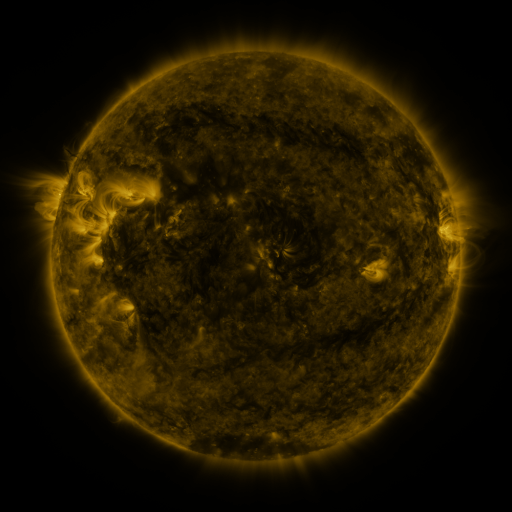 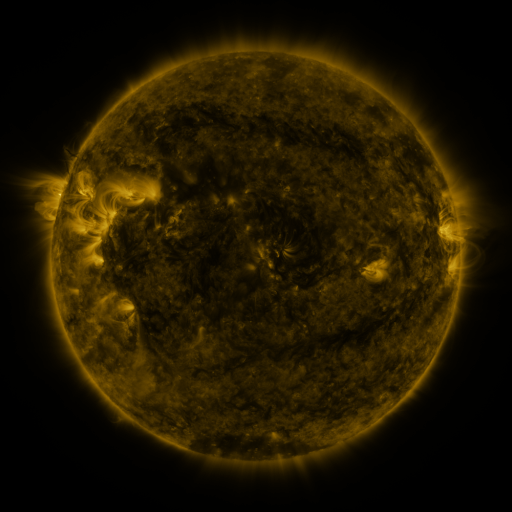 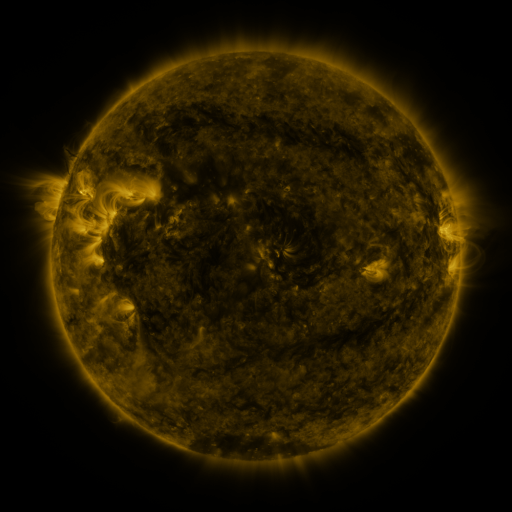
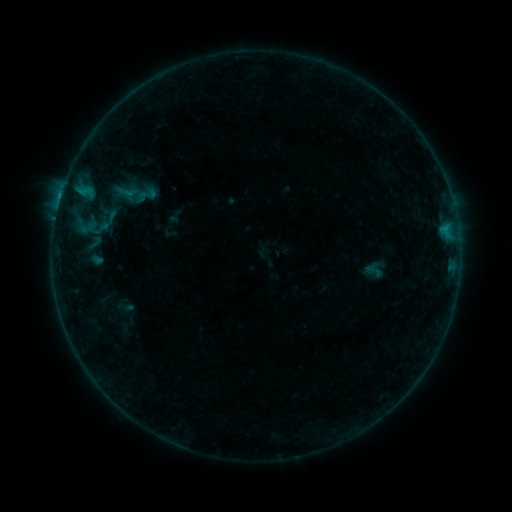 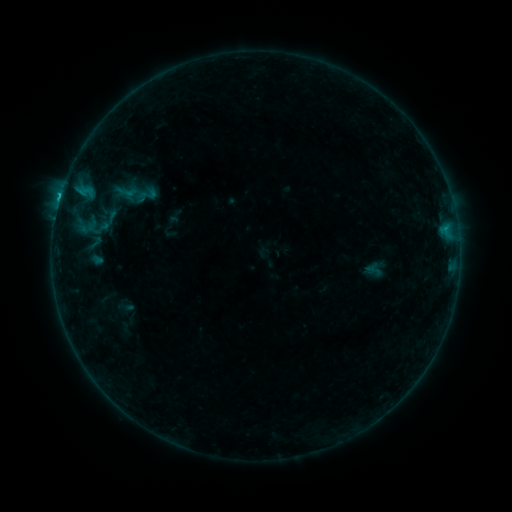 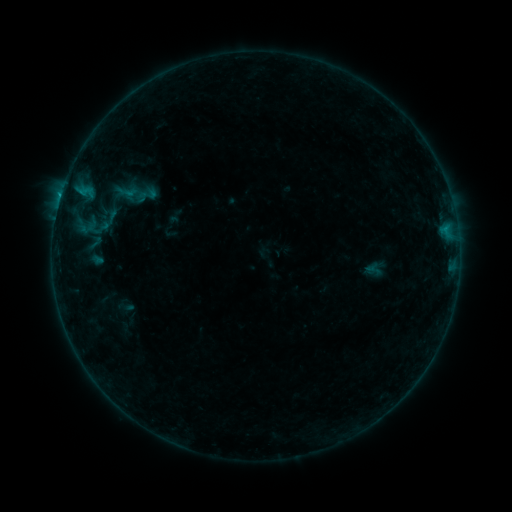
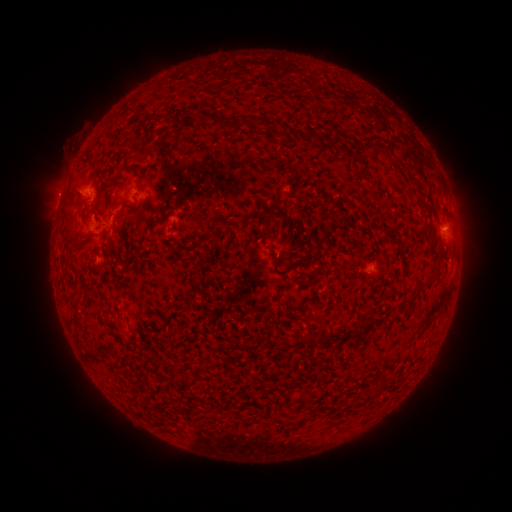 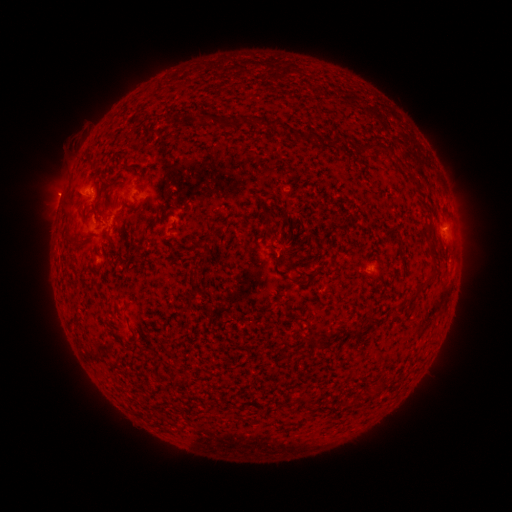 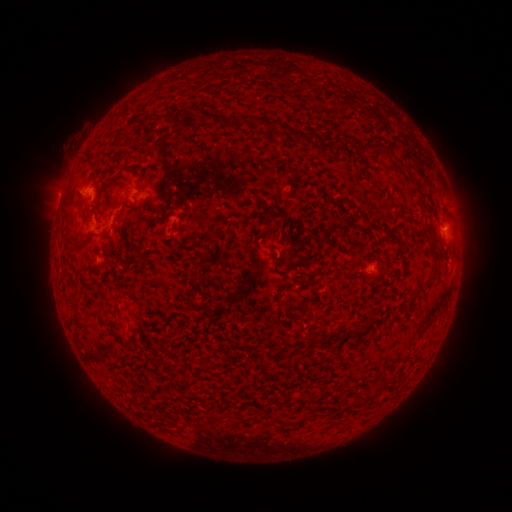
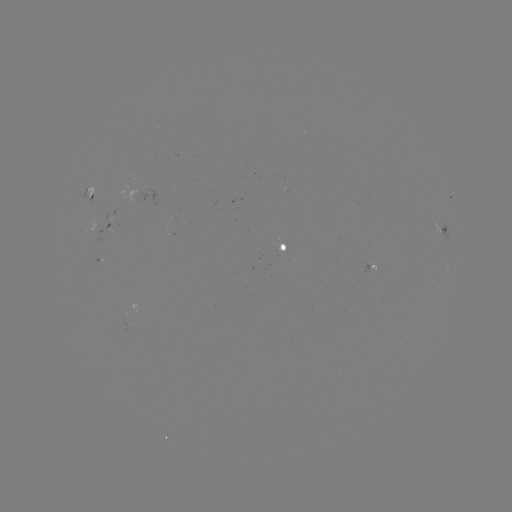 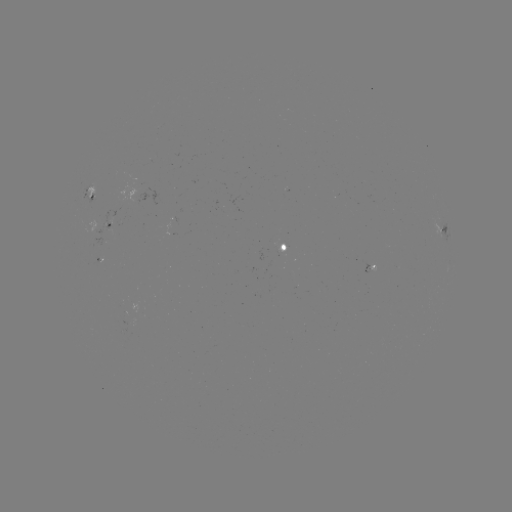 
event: flare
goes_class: B8.0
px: (60, 199)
